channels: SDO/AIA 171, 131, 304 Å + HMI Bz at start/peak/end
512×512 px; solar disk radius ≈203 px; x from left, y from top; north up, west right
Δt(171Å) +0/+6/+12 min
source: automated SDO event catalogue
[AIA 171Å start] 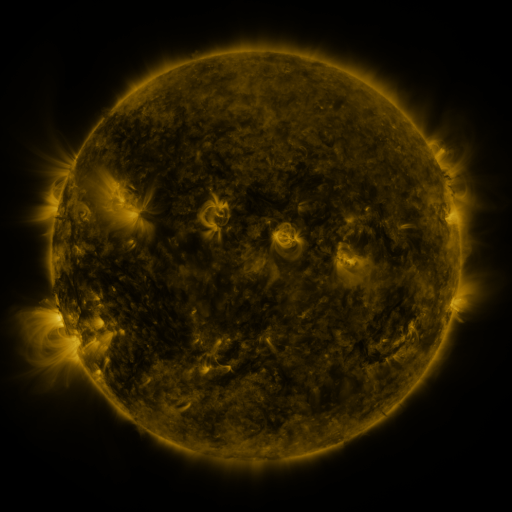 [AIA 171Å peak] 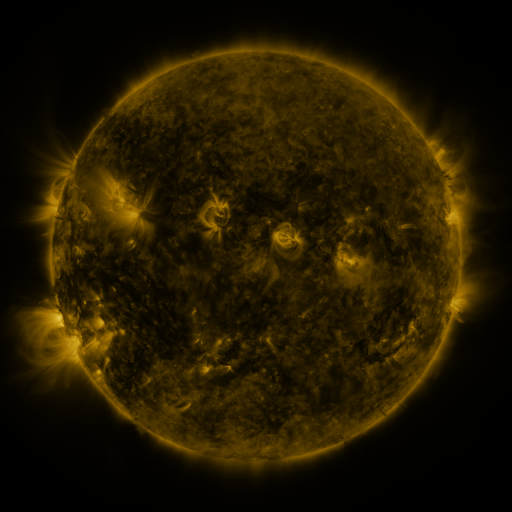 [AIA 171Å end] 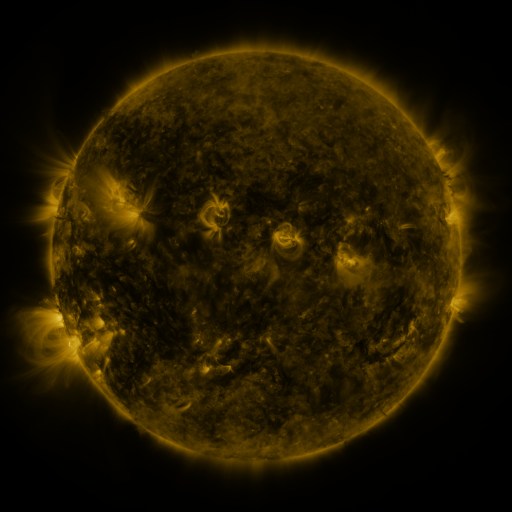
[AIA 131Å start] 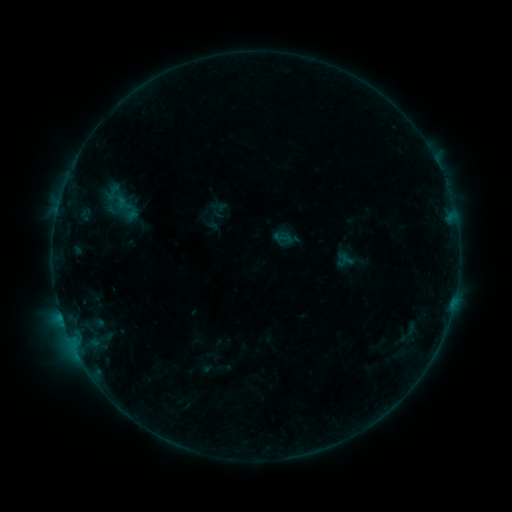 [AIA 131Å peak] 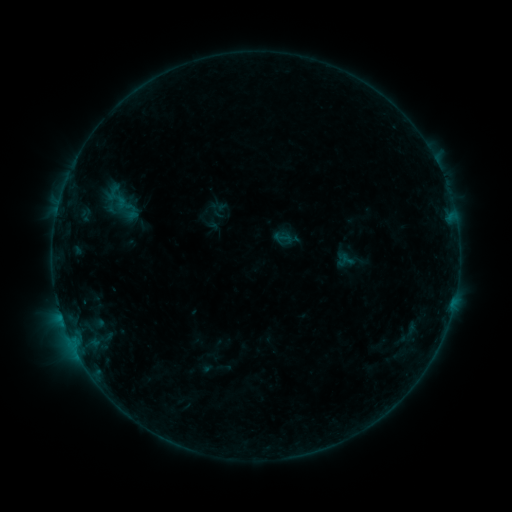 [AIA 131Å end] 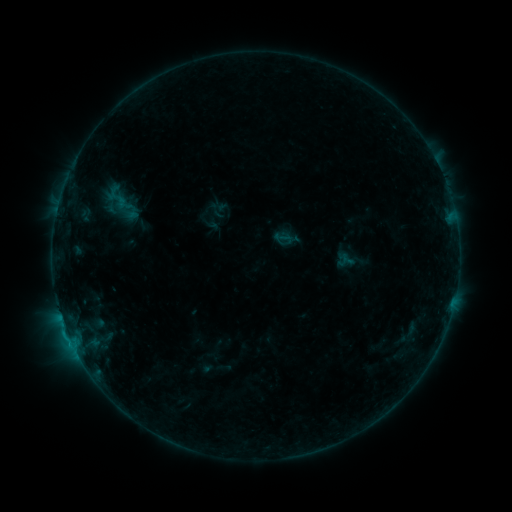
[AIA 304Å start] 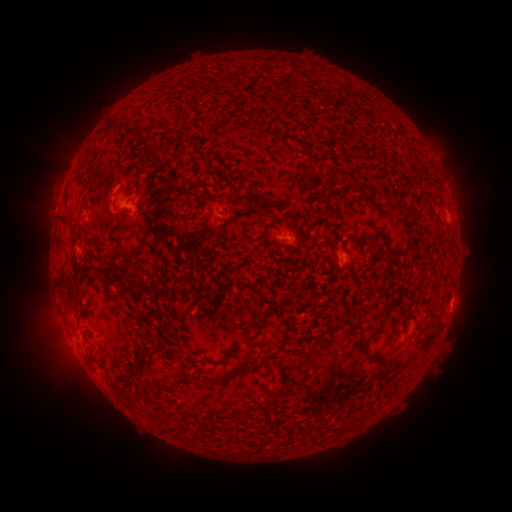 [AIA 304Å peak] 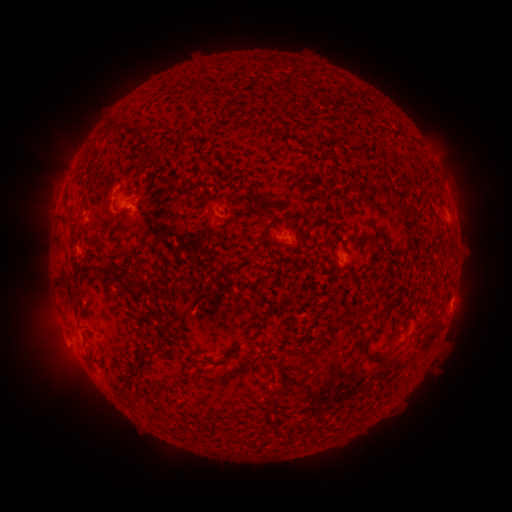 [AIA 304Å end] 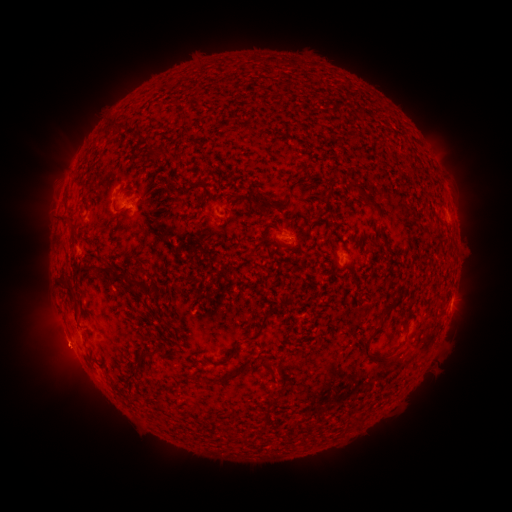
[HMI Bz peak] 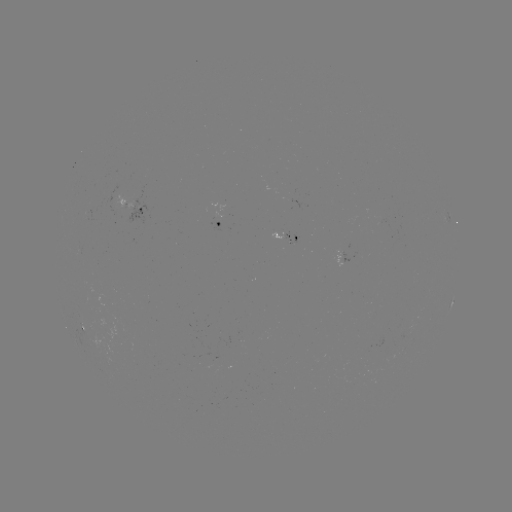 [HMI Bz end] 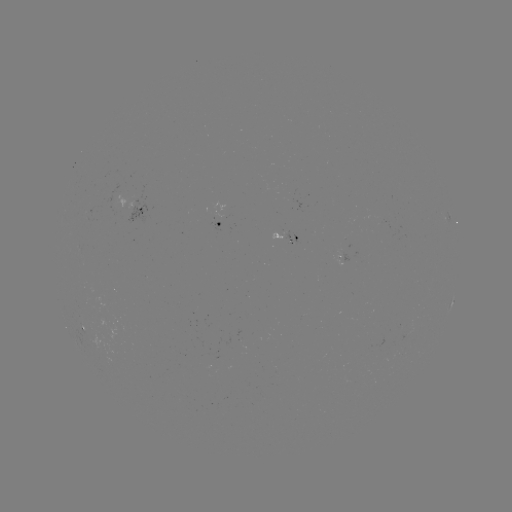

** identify eruption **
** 60,349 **